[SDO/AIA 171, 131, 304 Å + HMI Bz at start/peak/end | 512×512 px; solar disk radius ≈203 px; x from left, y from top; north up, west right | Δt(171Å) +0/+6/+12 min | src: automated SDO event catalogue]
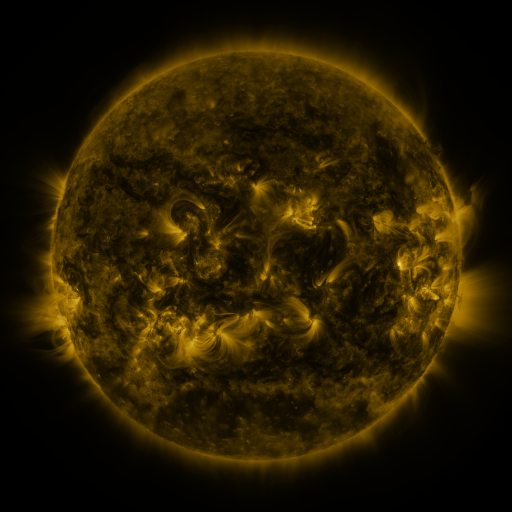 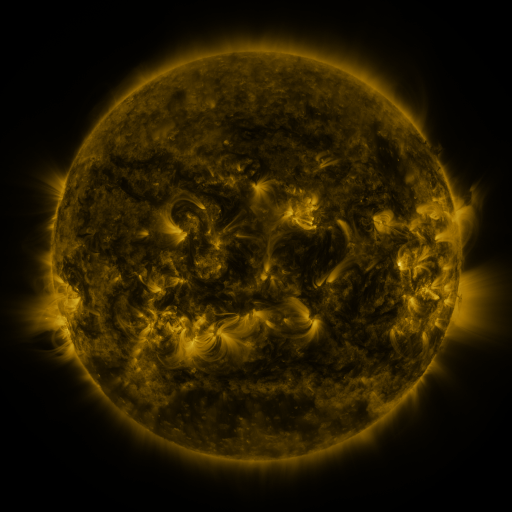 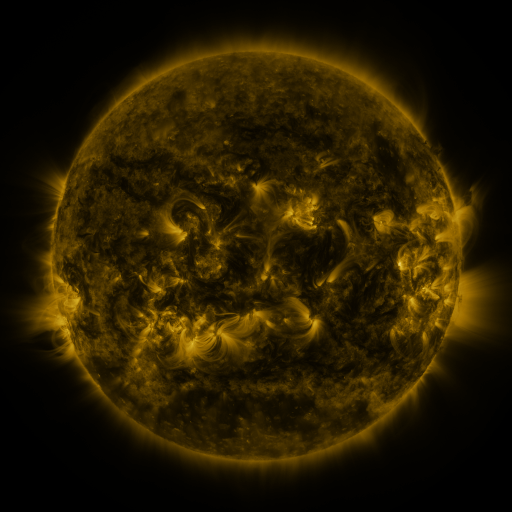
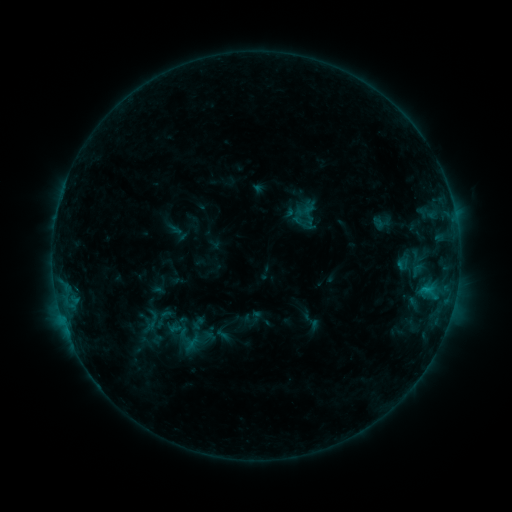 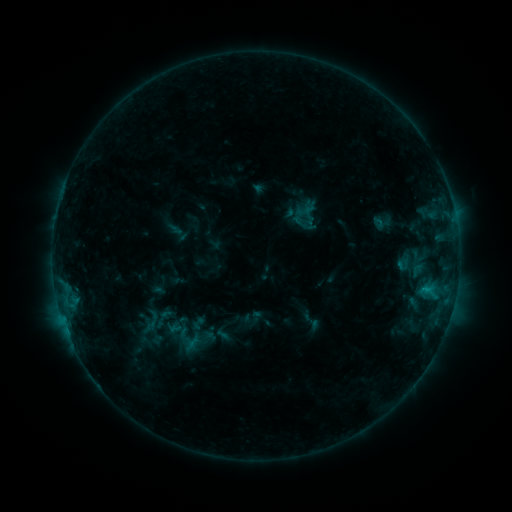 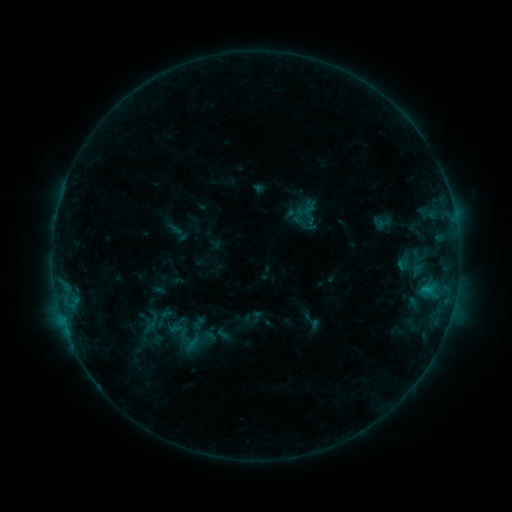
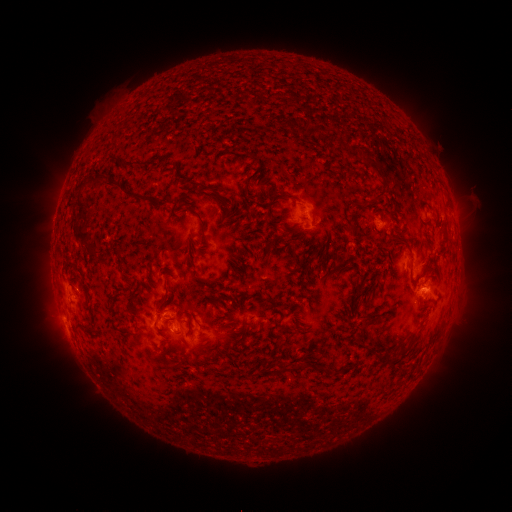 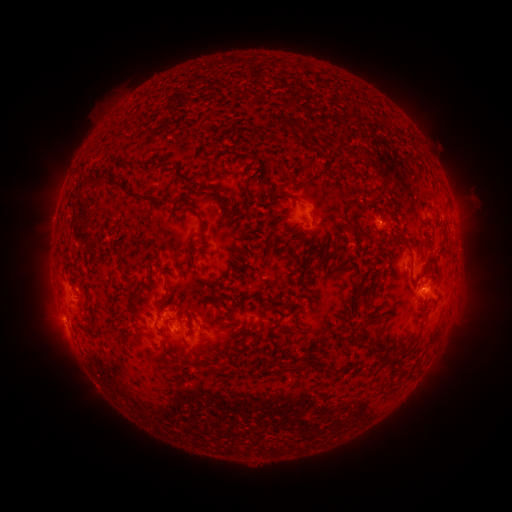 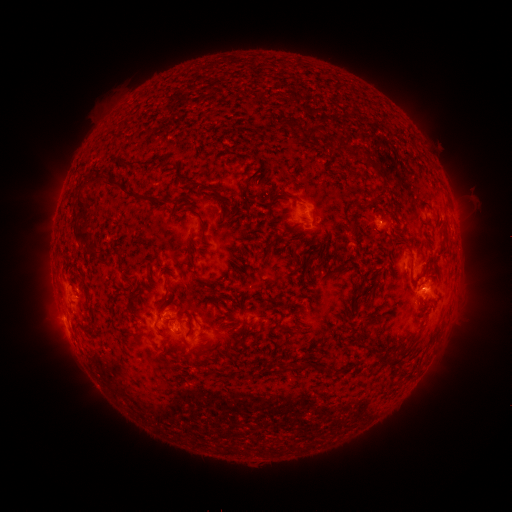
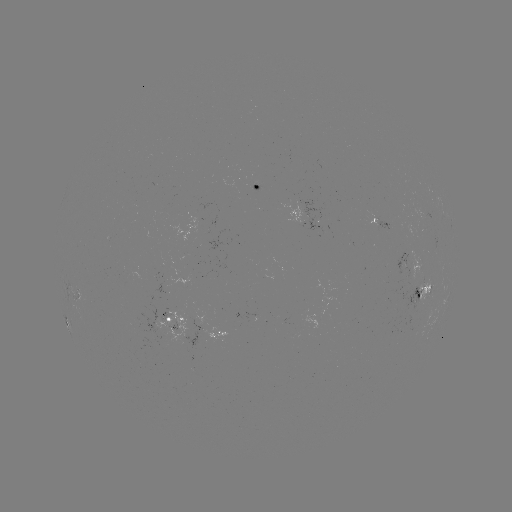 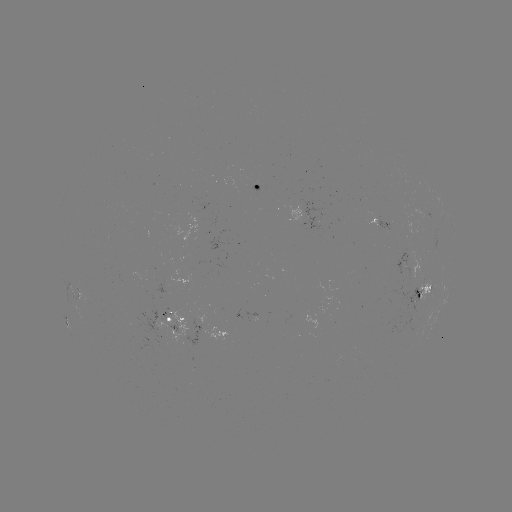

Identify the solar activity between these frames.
nothing was catalogued: no classed flare, no EUV trigger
